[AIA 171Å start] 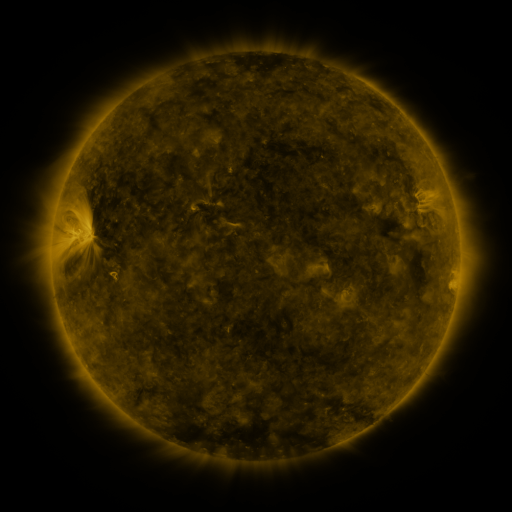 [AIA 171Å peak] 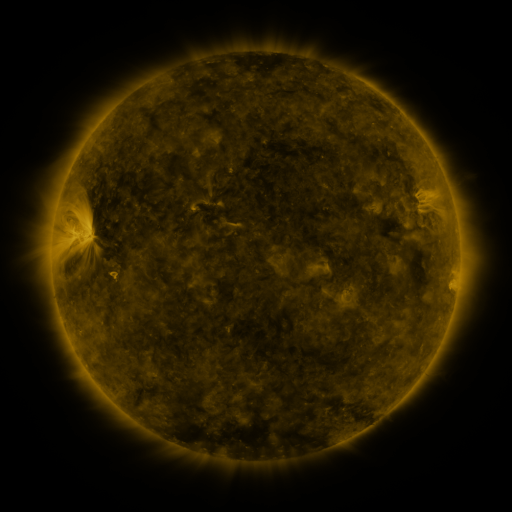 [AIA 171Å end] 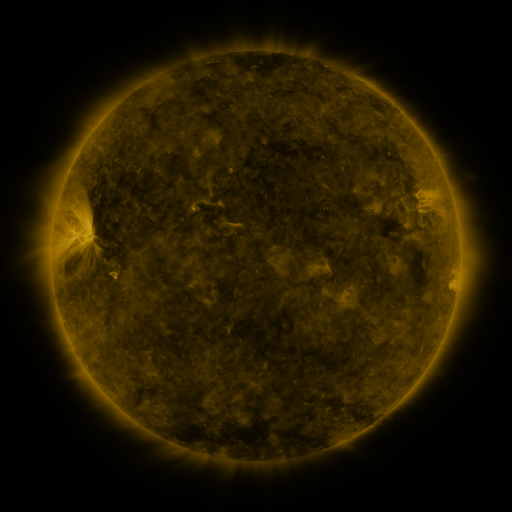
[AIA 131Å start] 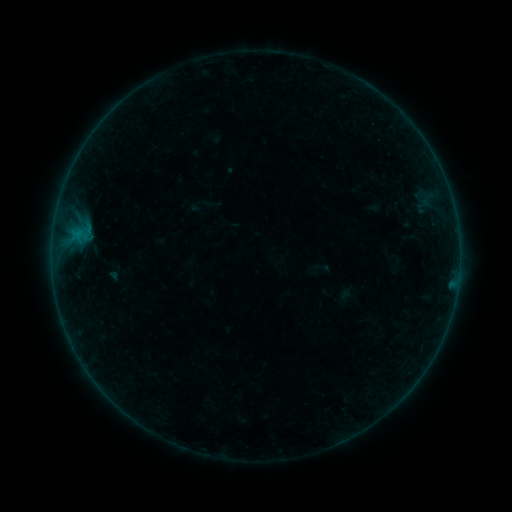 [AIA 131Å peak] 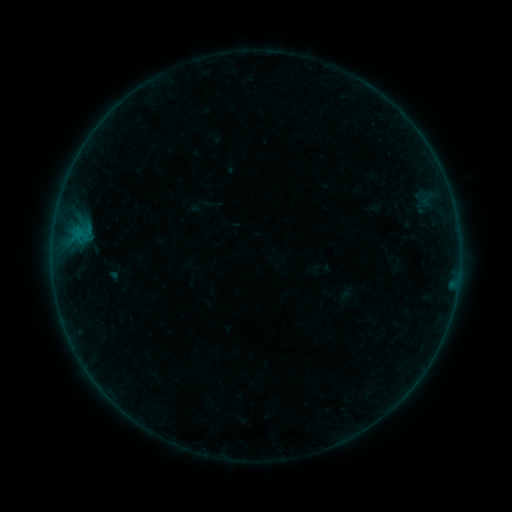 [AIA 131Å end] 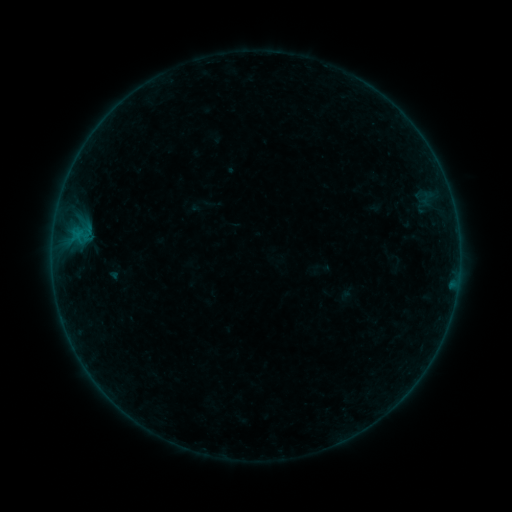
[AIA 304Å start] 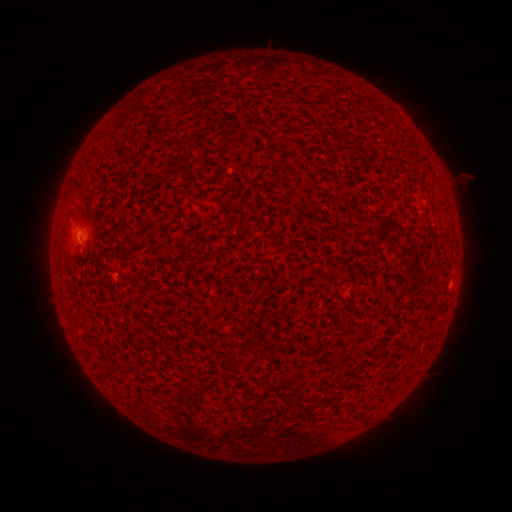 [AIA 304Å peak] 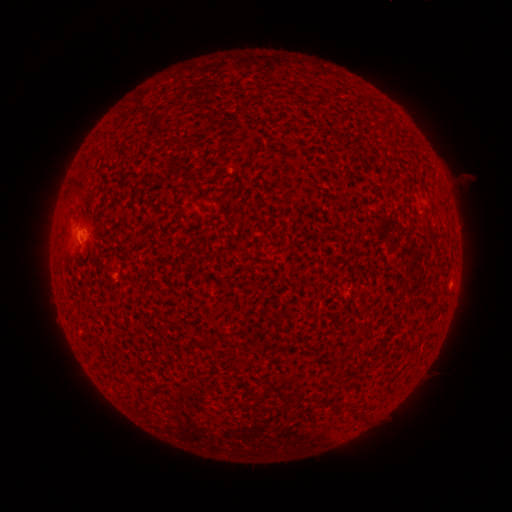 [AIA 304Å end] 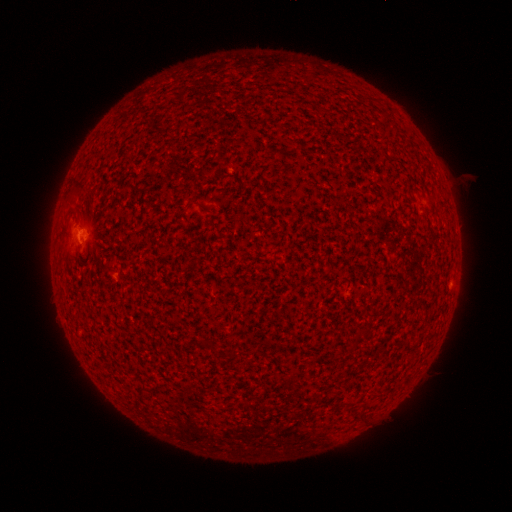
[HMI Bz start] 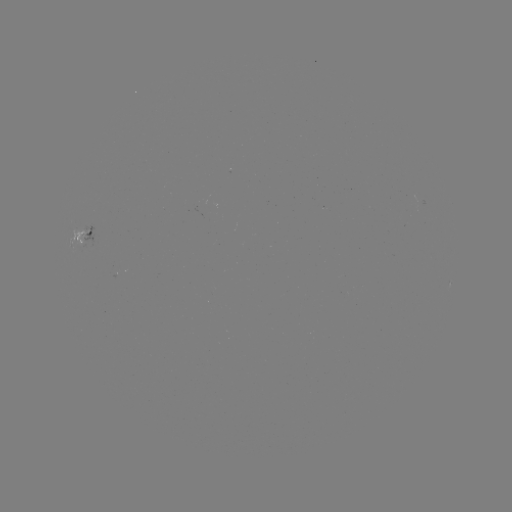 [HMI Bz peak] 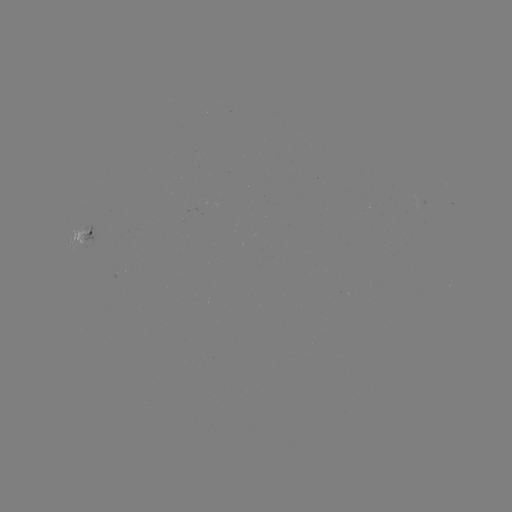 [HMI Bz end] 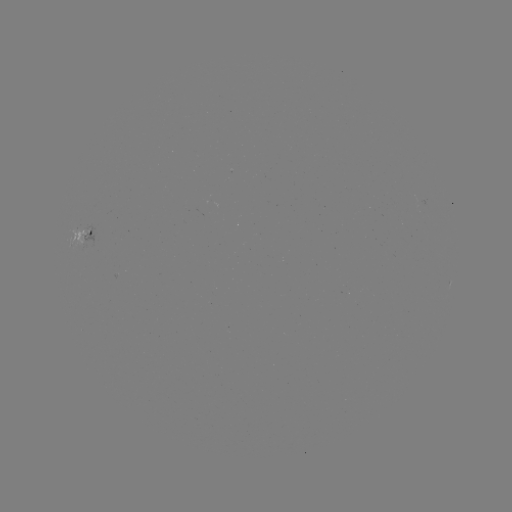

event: flare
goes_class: B1.5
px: (80, 229)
